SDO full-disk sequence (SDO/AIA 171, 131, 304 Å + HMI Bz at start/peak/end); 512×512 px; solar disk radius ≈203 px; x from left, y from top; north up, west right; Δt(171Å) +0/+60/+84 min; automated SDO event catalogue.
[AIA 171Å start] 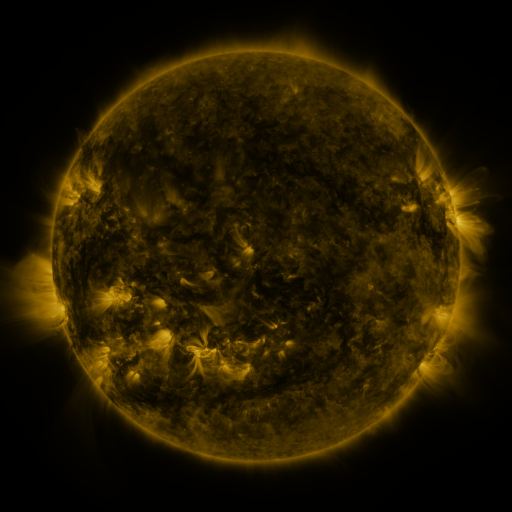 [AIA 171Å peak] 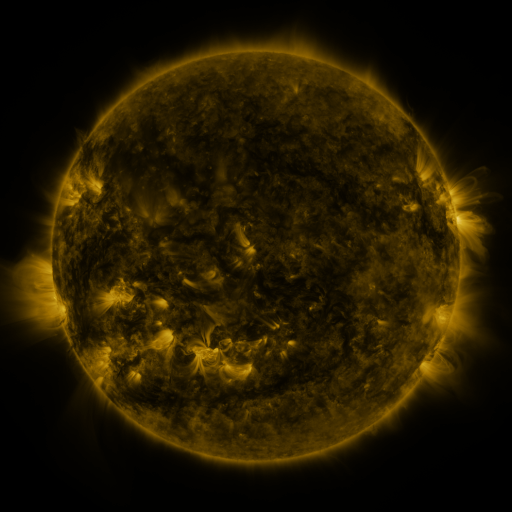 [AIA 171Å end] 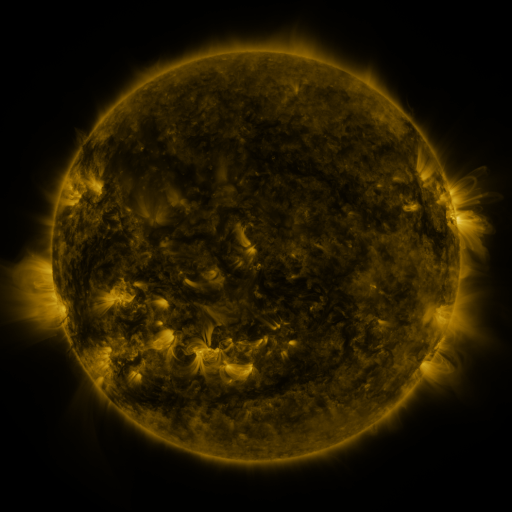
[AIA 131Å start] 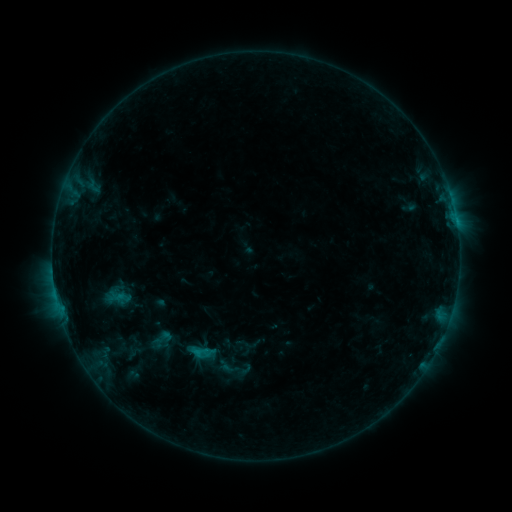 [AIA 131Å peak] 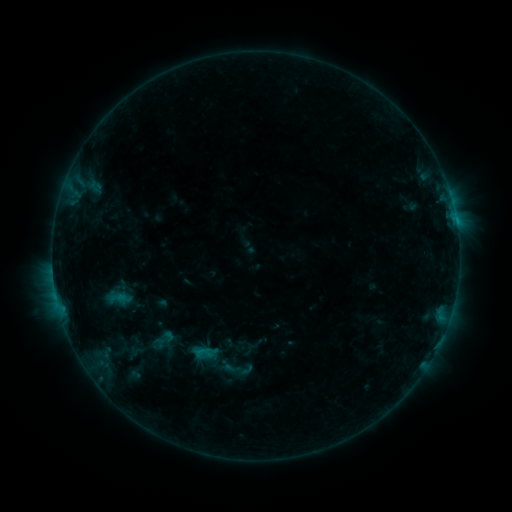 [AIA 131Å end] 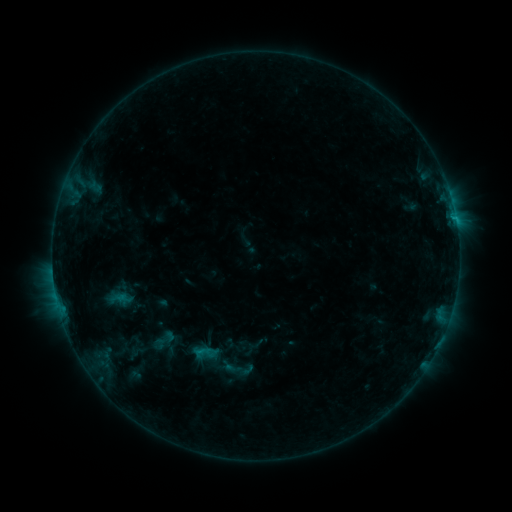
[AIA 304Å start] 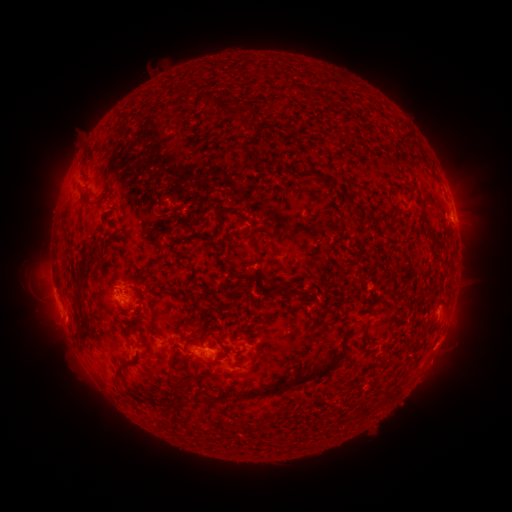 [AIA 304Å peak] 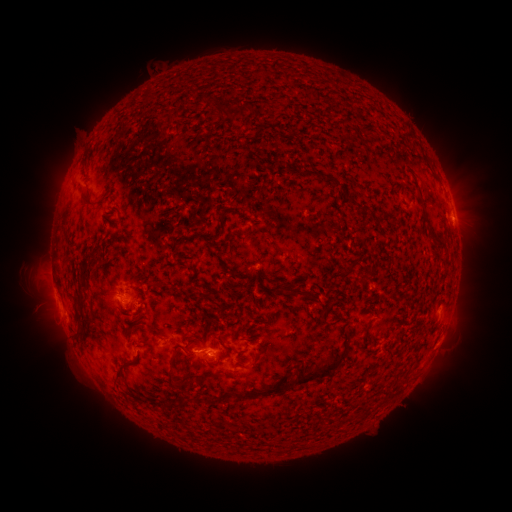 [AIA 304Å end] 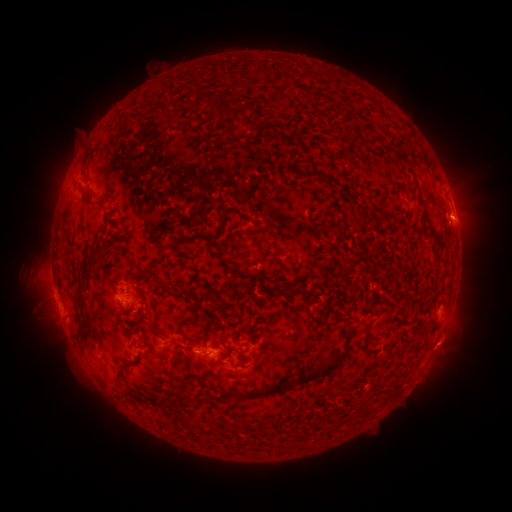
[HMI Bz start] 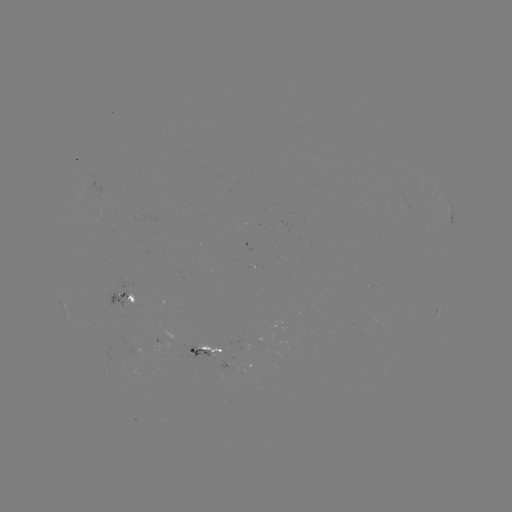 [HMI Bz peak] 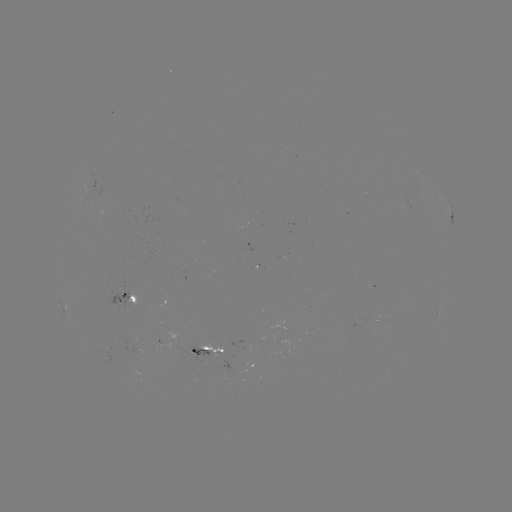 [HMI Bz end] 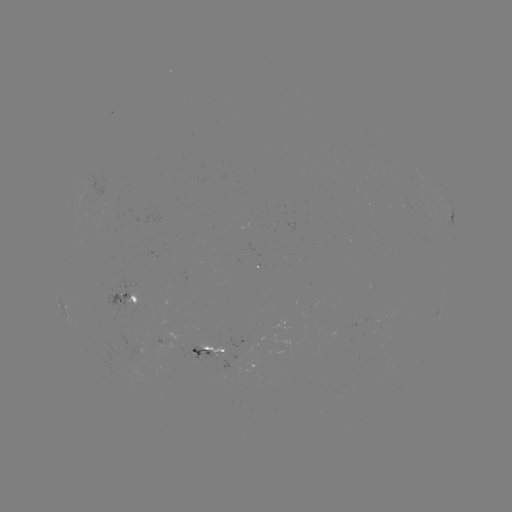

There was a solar emerging-flux region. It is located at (199, 350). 